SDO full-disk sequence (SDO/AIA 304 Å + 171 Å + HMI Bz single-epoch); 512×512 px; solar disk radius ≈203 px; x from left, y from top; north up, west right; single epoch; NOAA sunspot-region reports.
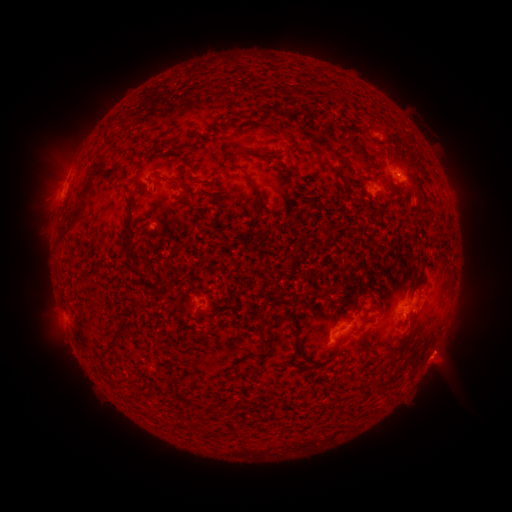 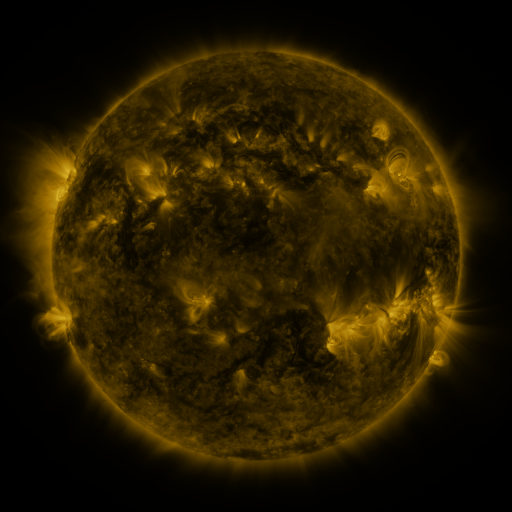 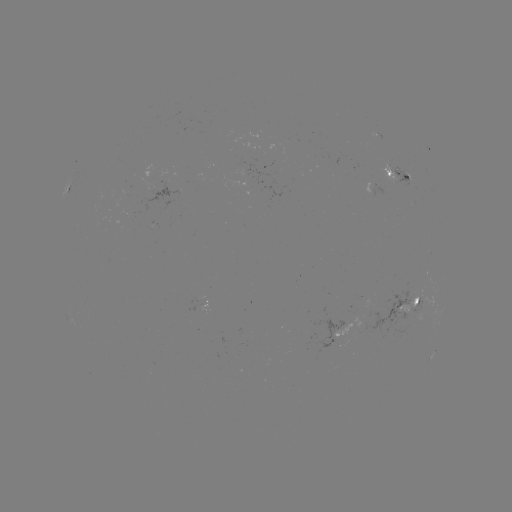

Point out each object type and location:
spotted active region: (400, 183)
spotted active region: (68, 186)
spotted active region: (377, 191)
spotted active region: (408, 309)
spotted active region: (355, 323)
